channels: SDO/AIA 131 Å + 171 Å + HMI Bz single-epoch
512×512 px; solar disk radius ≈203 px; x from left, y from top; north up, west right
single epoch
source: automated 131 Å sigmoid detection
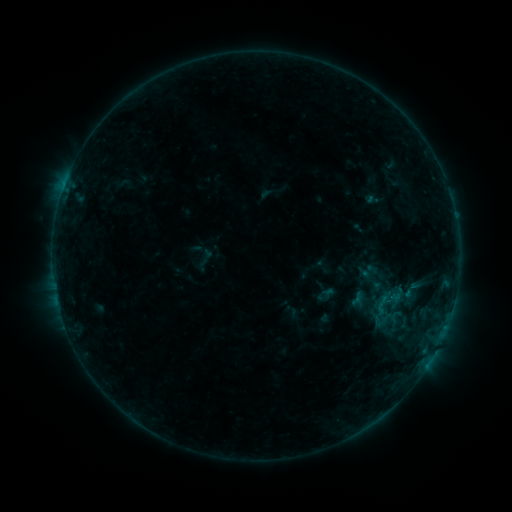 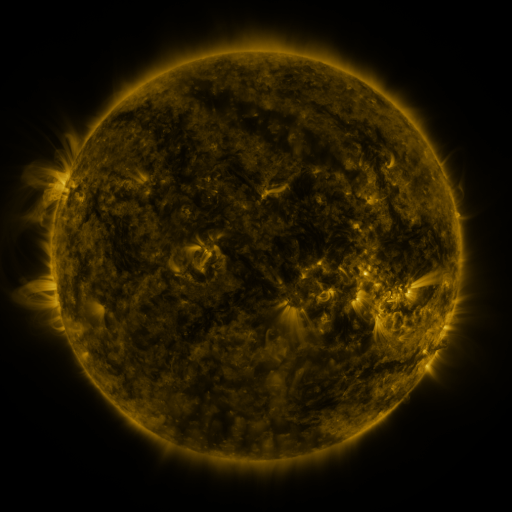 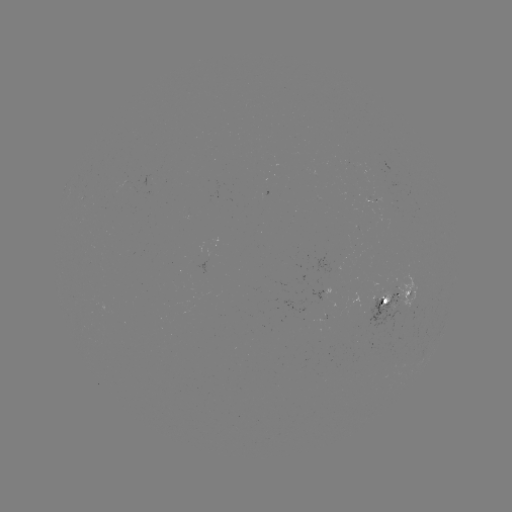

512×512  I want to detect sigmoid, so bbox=[371, 291, 394, 317].